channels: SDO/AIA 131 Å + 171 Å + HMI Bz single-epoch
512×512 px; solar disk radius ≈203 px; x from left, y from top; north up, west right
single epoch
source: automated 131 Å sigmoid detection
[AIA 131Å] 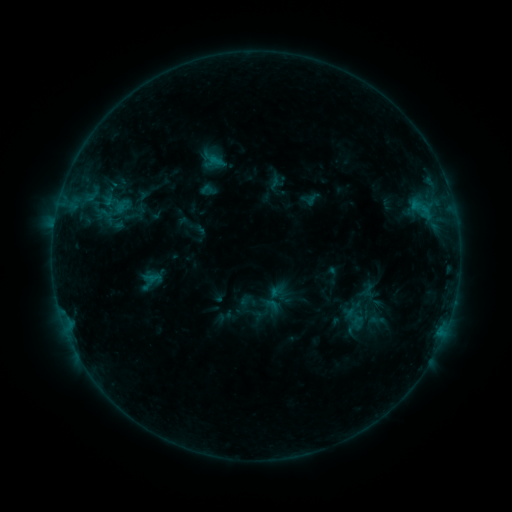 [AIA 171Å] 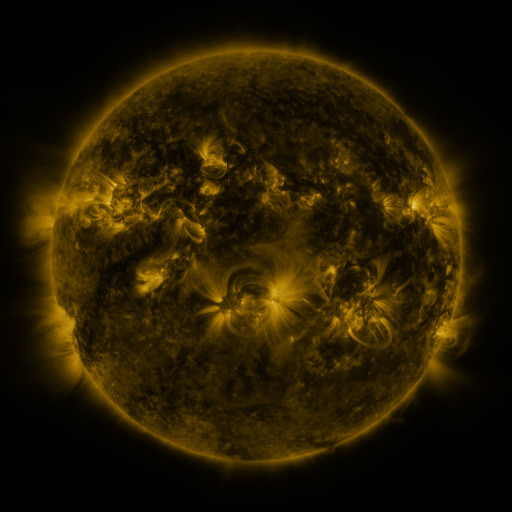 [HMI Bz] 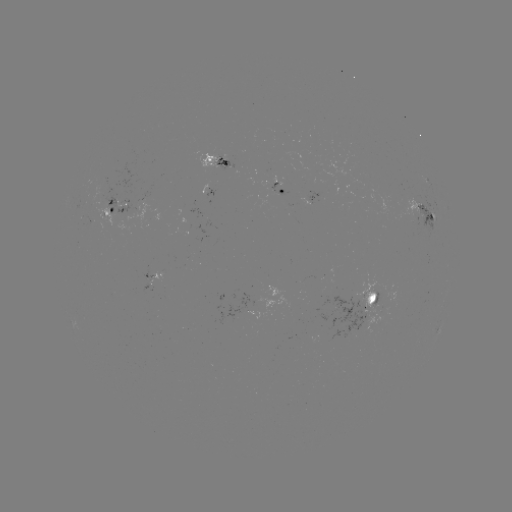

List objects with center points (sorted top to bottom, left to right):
sigmoid: <bbox>101, 187, 133, 219</bbox>
sigmoid: <bbox>345, 301, 363, 321</bbox>
